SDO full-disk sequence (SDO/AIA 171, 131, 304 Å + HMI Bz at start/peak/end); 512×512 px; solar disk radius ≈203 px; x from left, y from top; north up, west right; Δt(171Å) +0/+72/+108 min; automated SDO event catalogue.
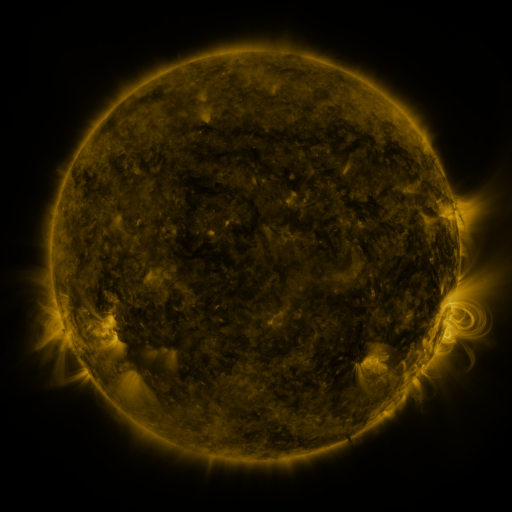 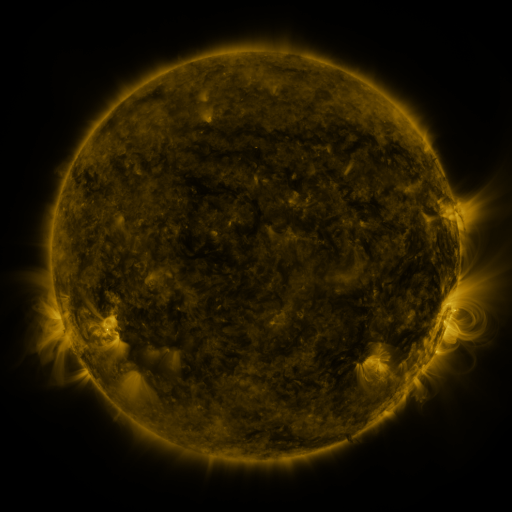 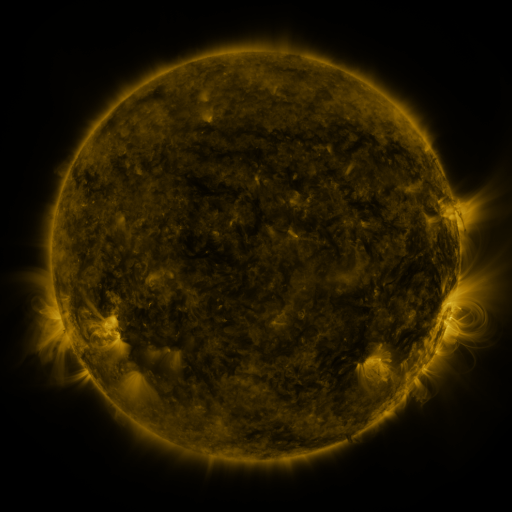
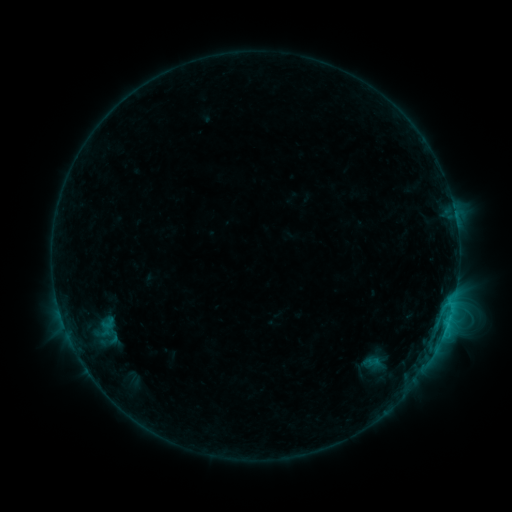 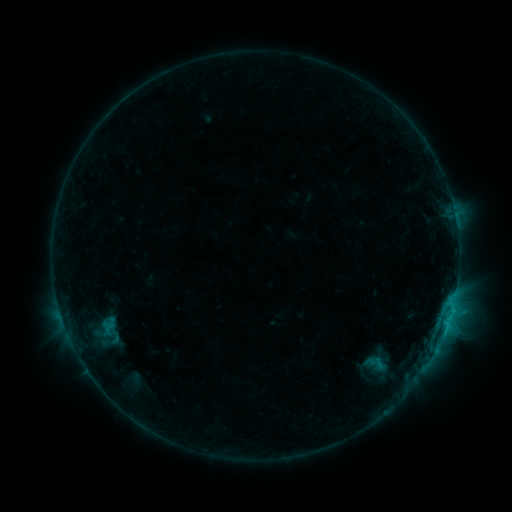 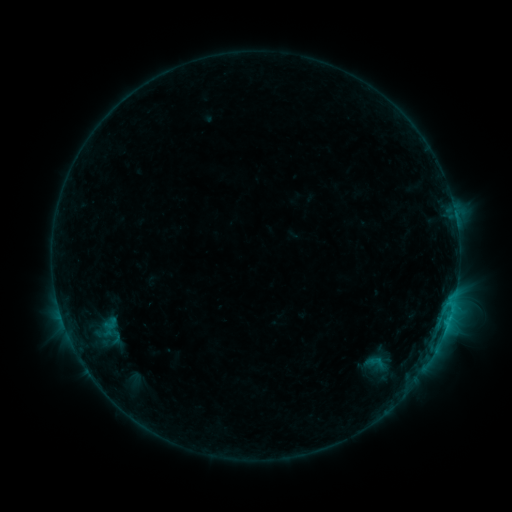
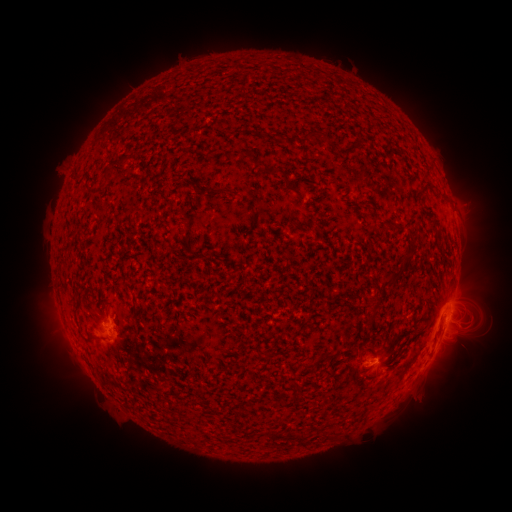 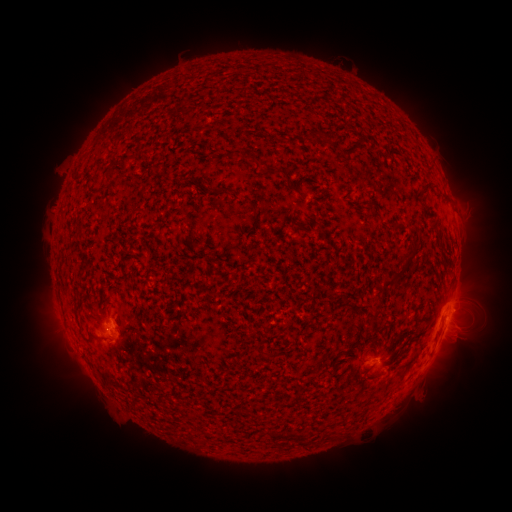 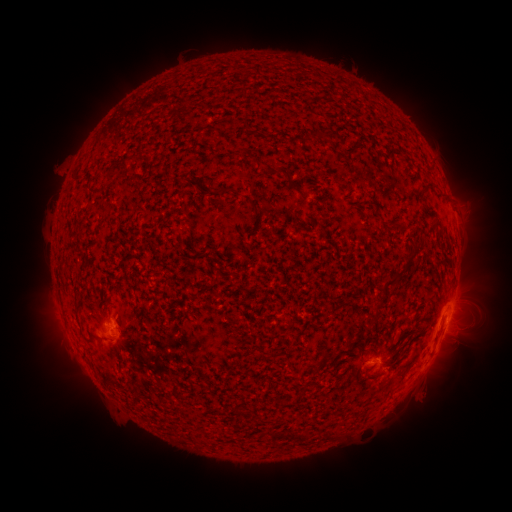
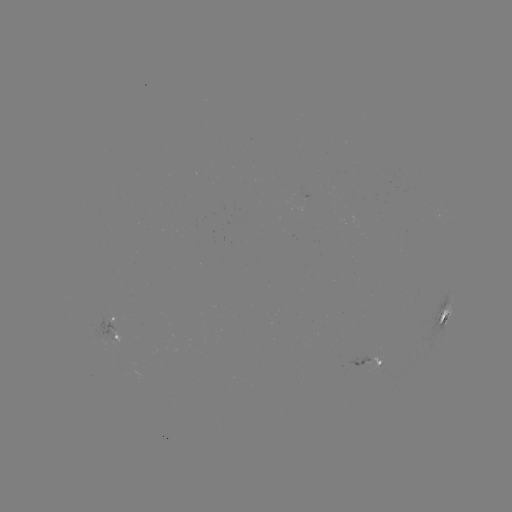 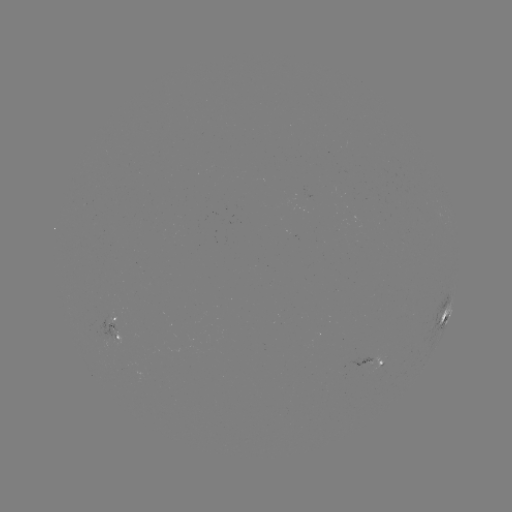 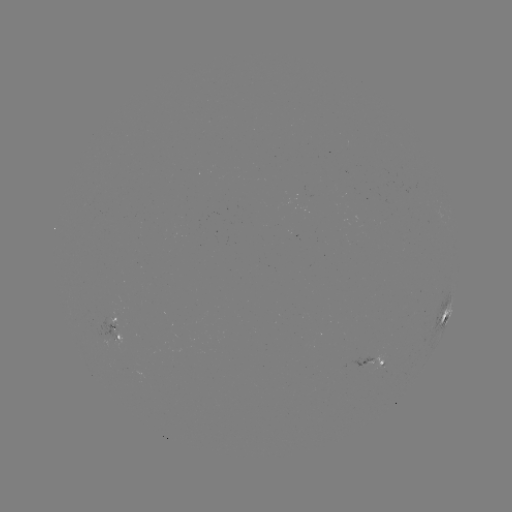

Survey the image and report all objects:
emerging-flux region: (358, 219)
